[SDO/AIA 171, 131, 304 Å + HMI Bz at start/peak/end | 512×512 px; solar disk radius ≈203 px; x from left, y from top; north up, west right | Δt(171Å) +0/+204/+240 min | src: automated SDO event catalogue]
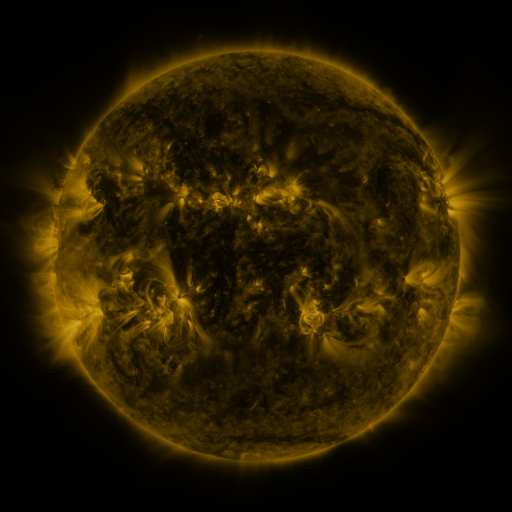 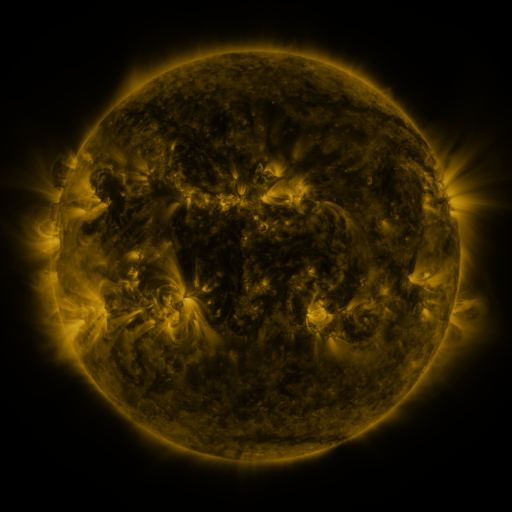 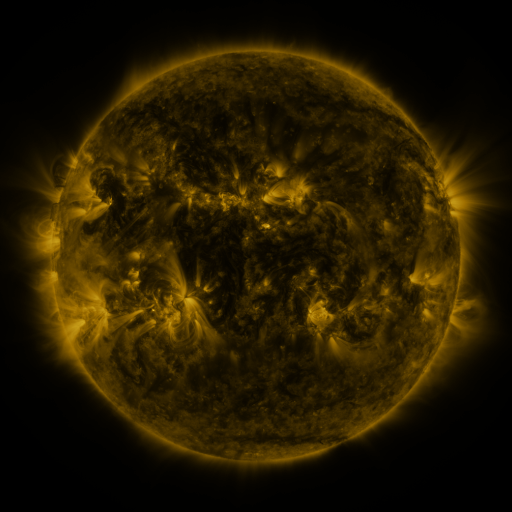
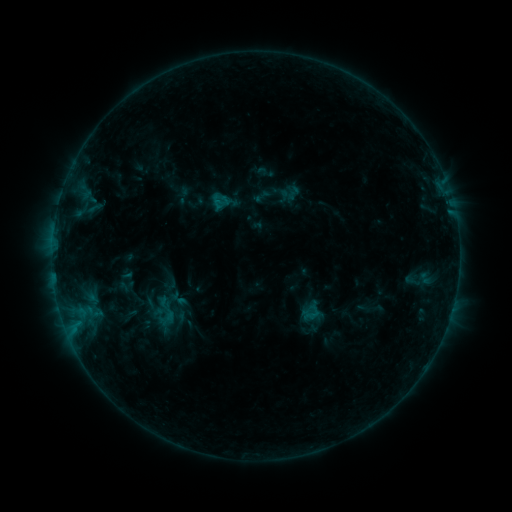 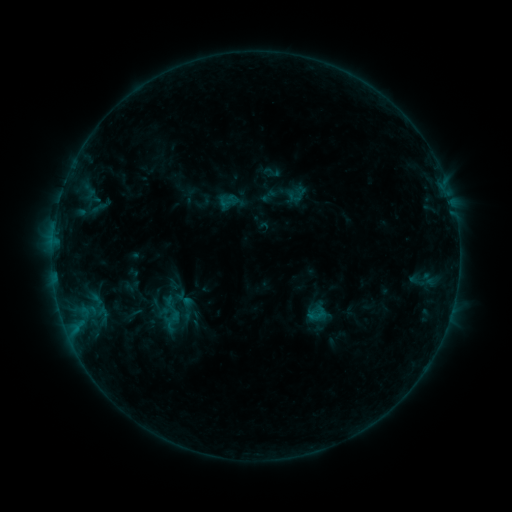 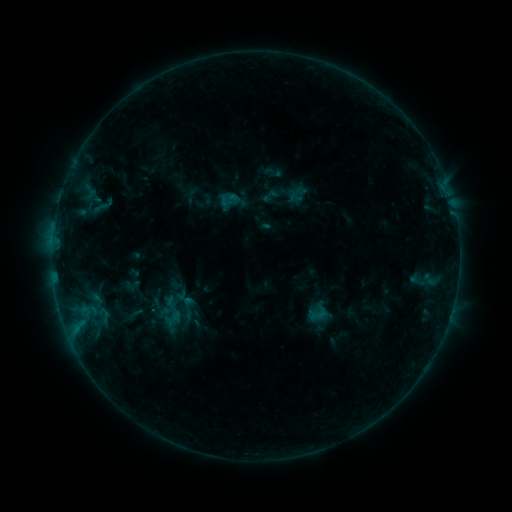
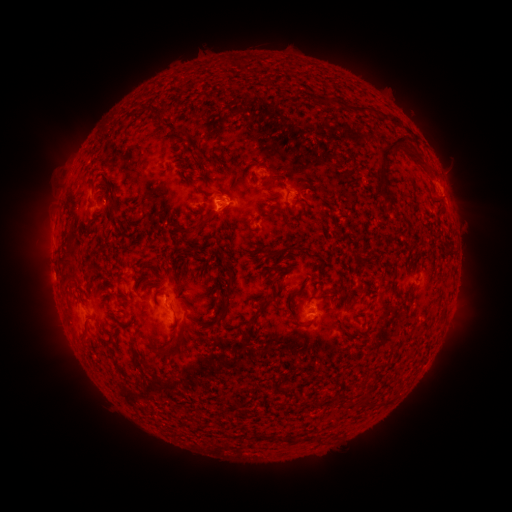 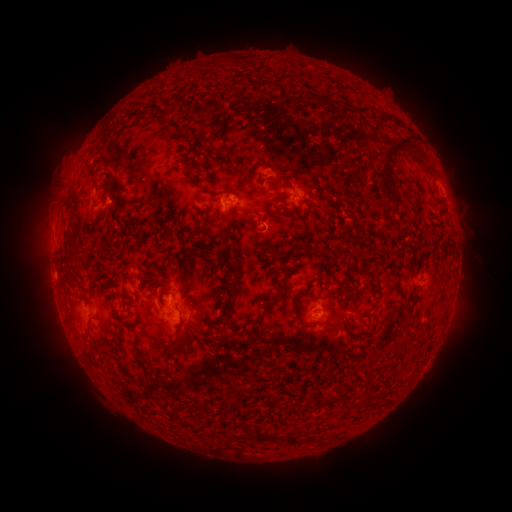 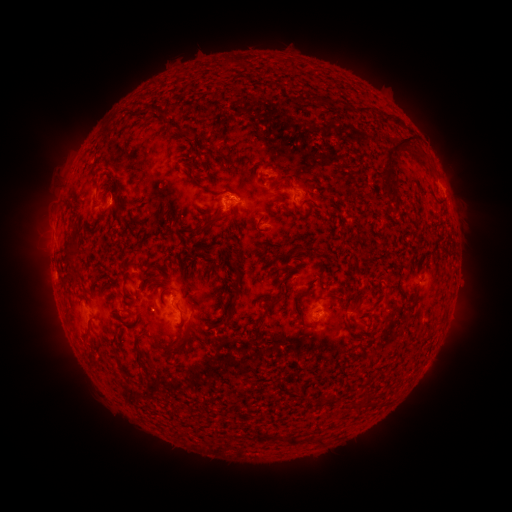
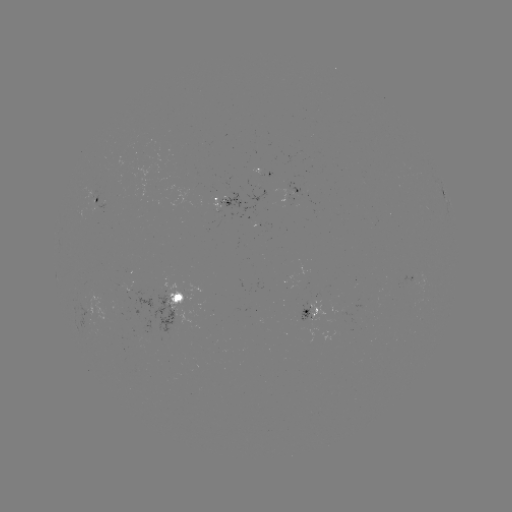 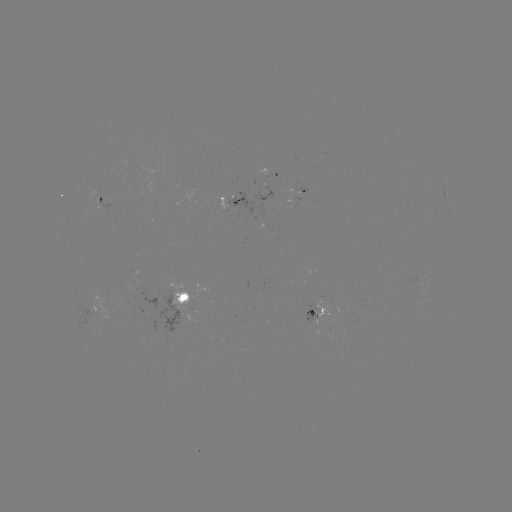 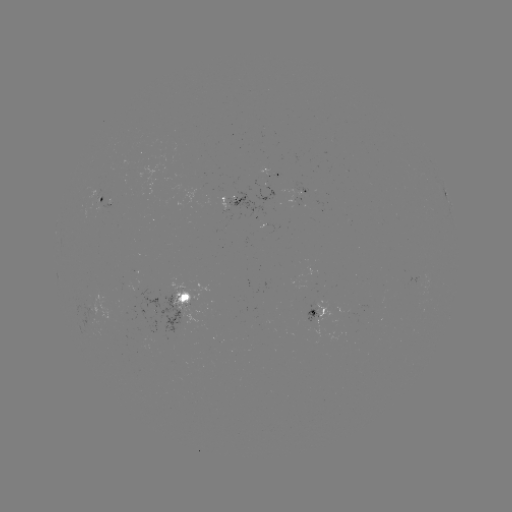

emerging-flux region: <bbox>87, 190, 101, 206</bbox>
